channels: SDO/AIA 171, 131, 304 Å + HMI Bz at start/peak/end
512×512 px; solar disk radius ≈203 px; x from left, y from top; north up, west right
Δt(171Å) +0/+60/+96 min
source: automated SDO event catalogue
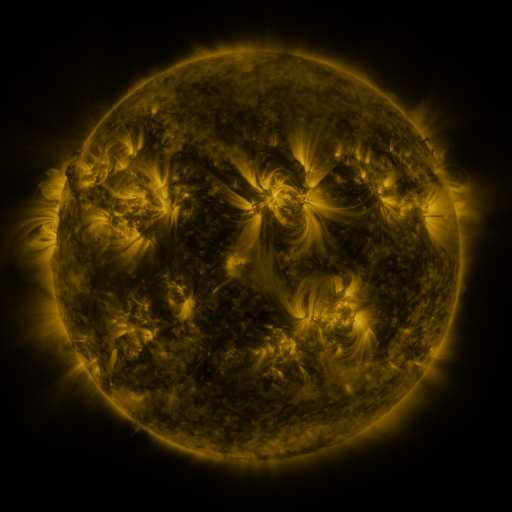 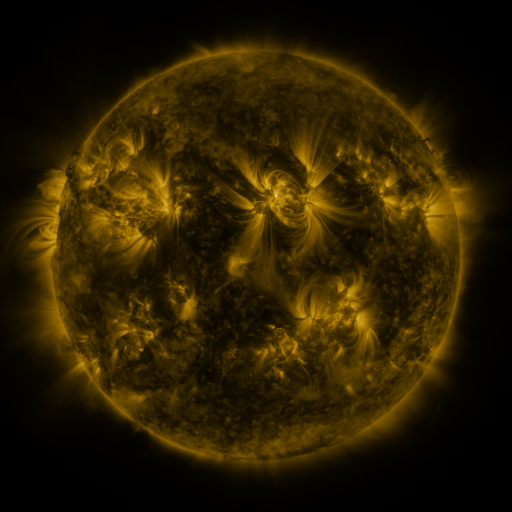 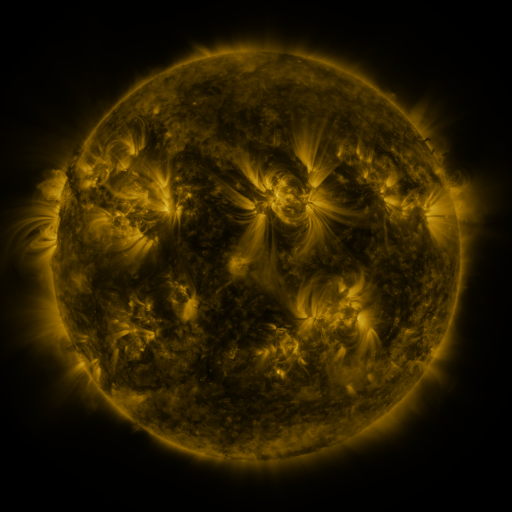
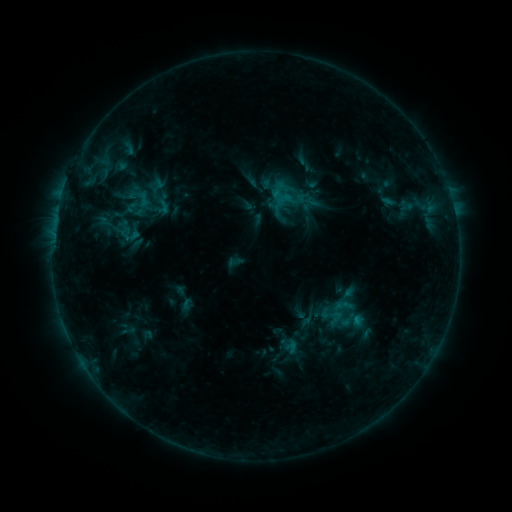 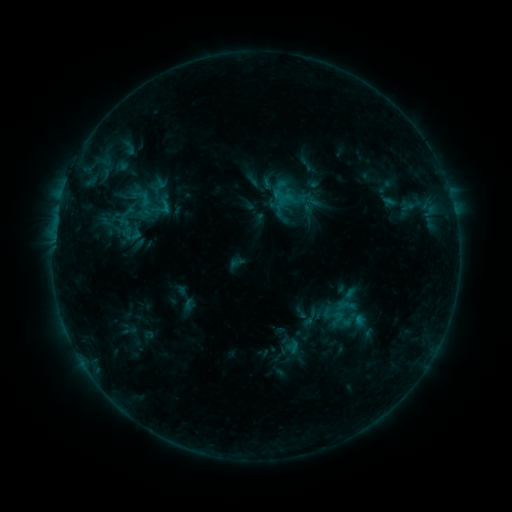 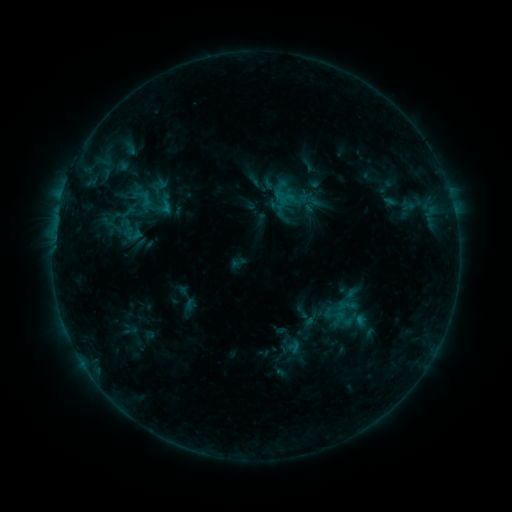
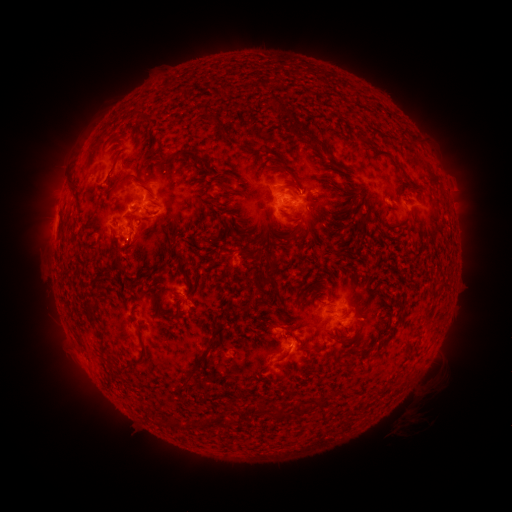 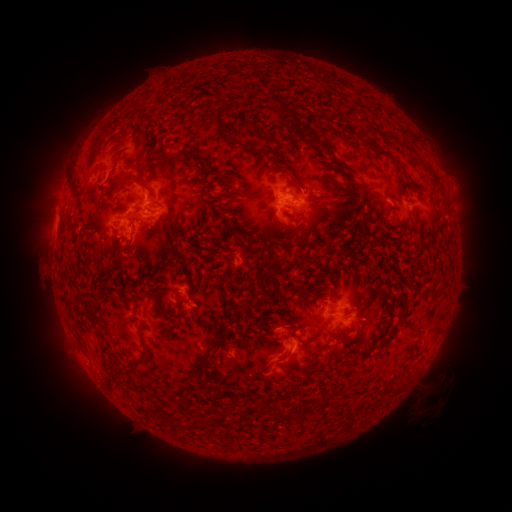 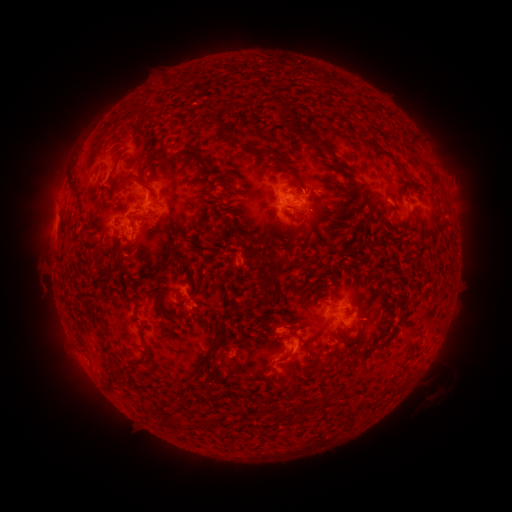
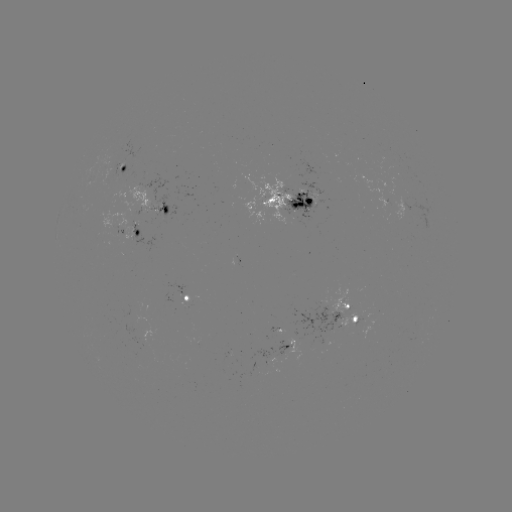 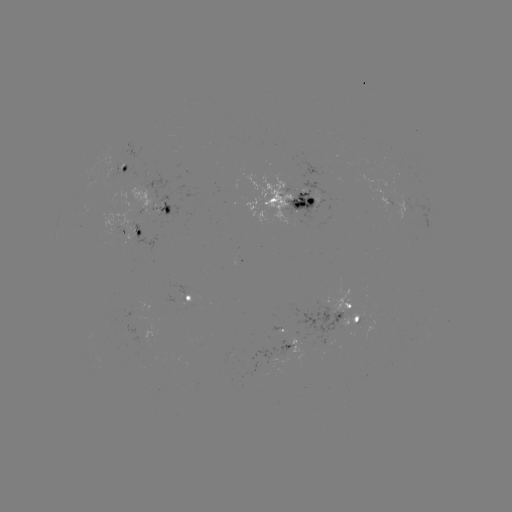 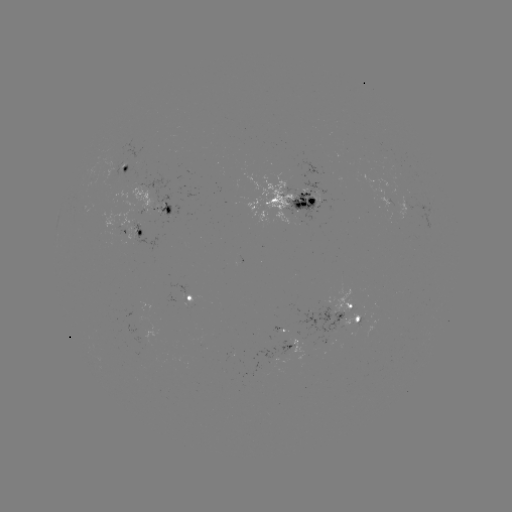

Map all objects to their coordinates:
emerging-flux region: (191, 301)
